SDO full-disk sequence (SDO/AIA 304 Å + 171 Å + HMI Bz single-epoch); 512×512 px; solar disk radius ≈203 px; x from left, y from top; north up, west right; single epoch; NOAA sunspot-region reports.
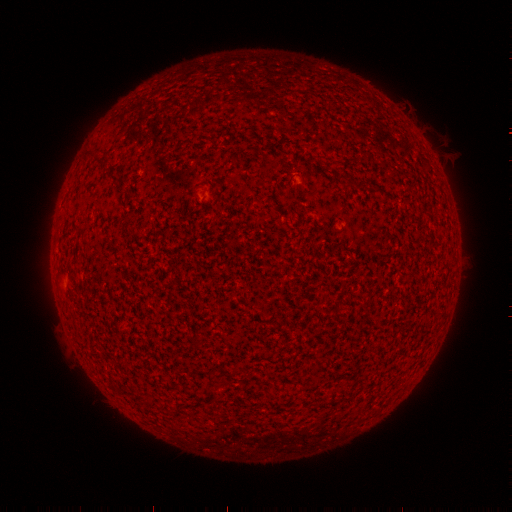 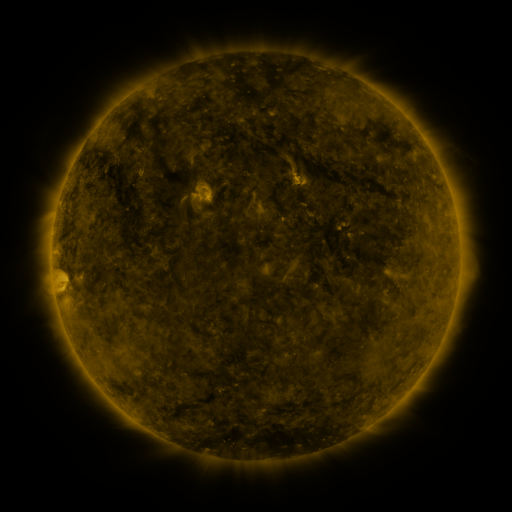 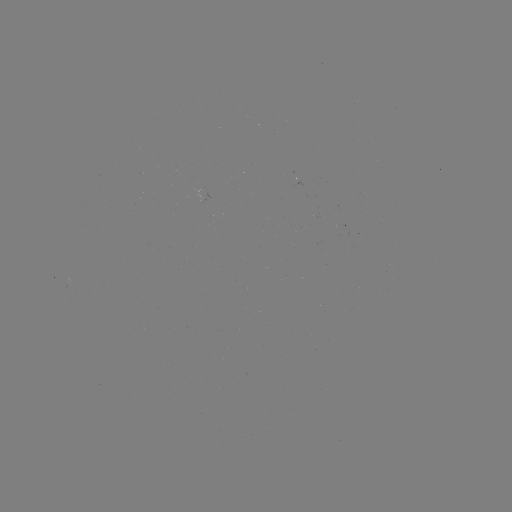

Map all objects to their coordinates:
(none)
